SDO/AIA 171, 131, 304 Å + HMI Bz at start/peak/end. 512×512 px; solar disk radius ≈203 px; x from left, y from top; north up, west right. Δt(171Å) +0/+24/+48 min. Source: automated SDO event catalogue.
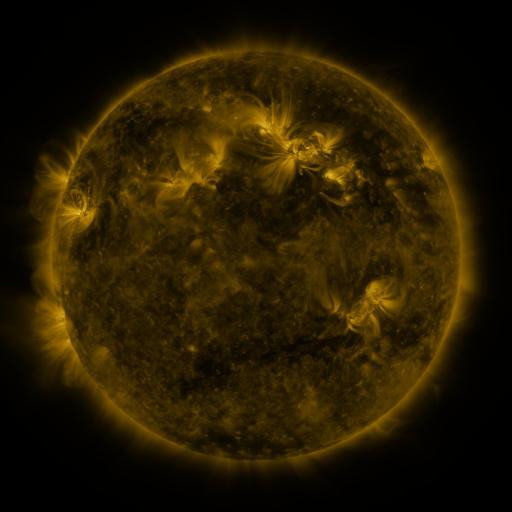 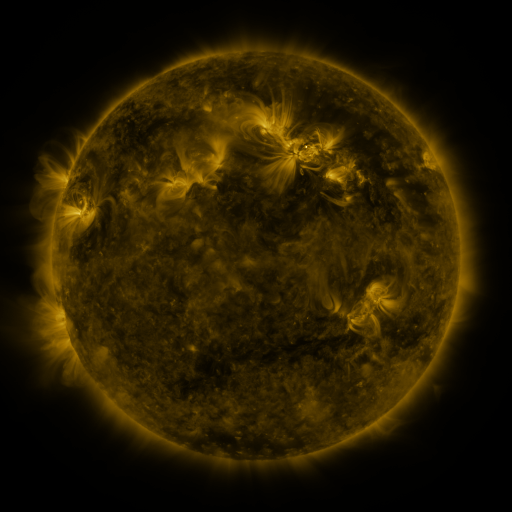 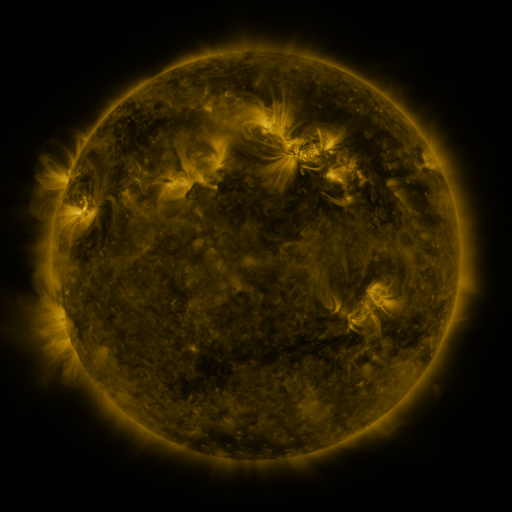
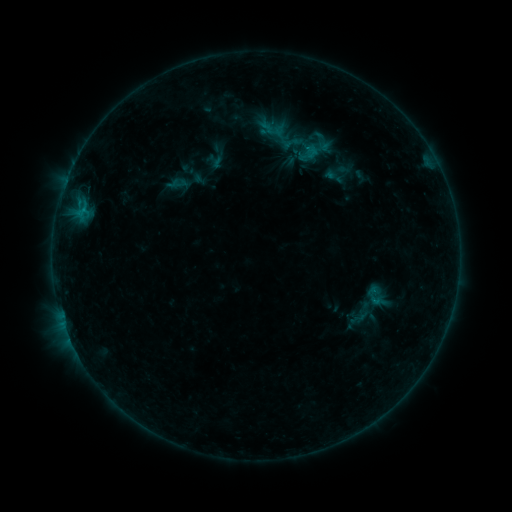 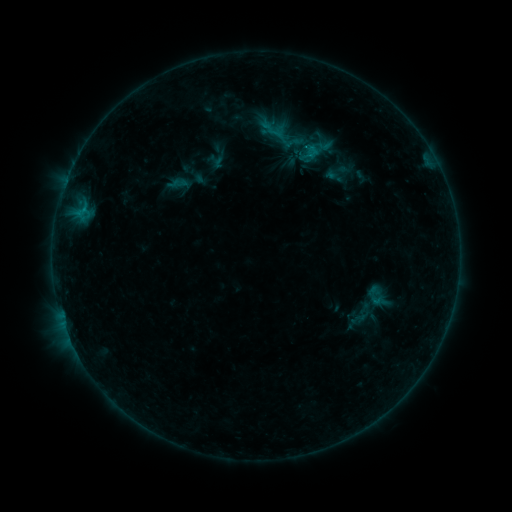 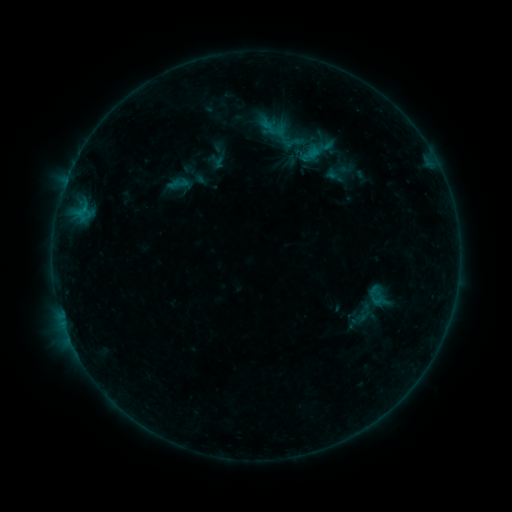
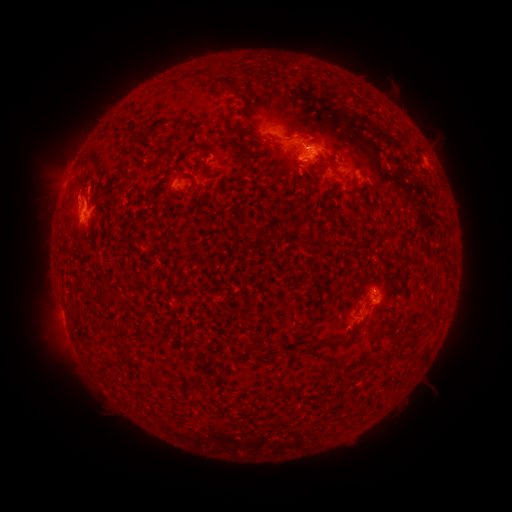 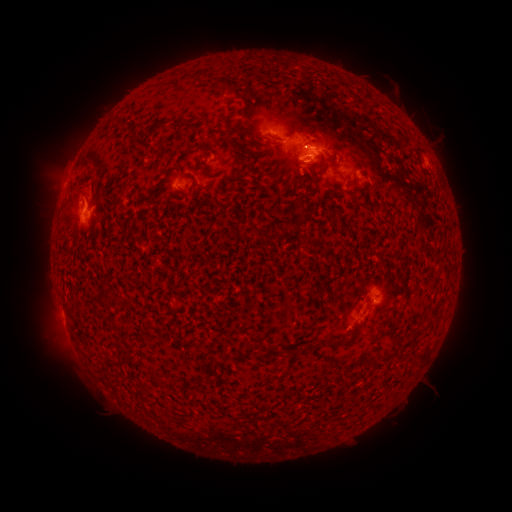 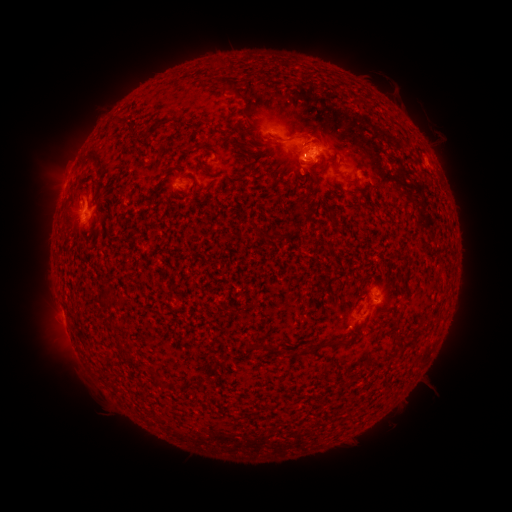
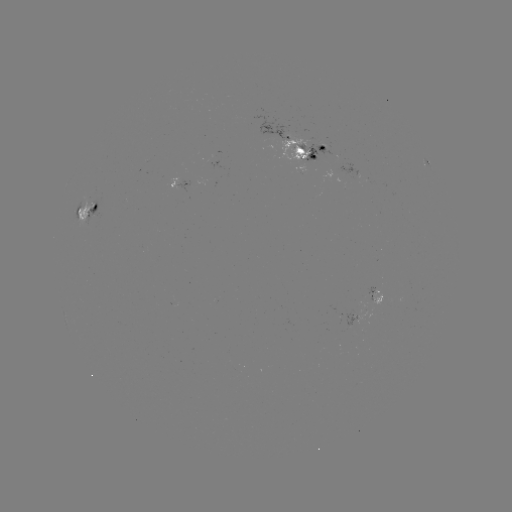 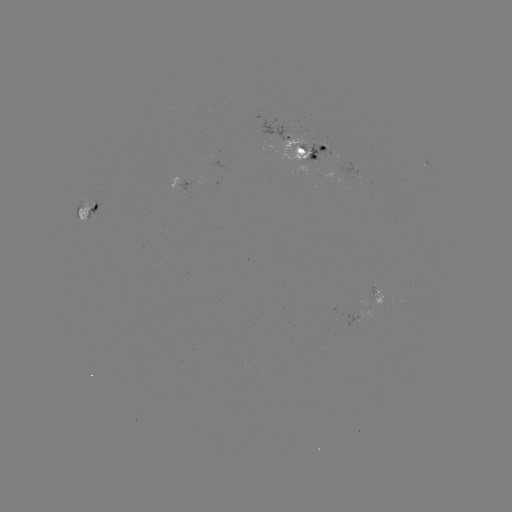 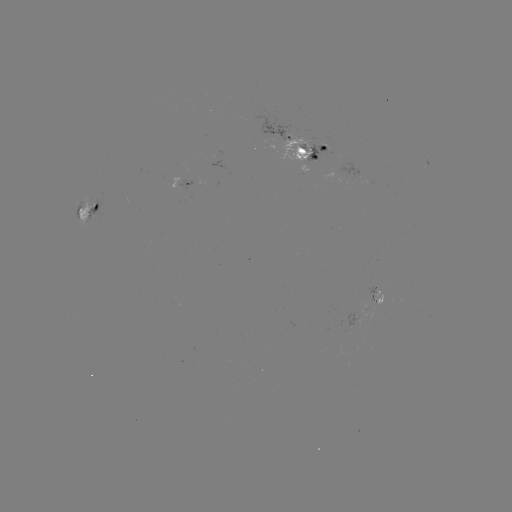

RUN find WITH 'emerging-flux region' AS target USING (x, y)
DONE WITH (303, 151) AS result